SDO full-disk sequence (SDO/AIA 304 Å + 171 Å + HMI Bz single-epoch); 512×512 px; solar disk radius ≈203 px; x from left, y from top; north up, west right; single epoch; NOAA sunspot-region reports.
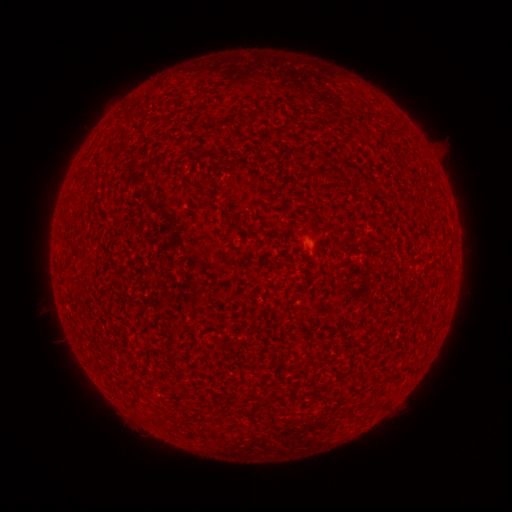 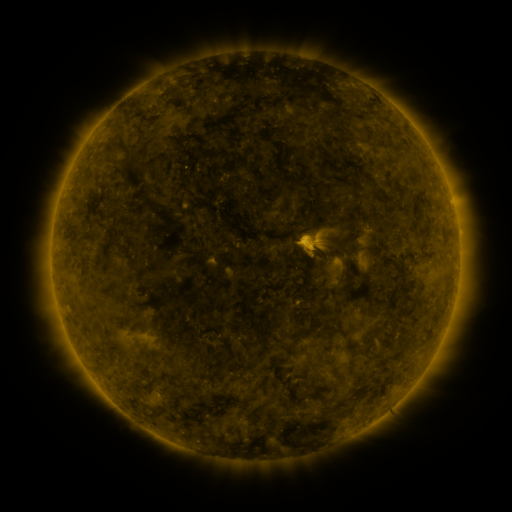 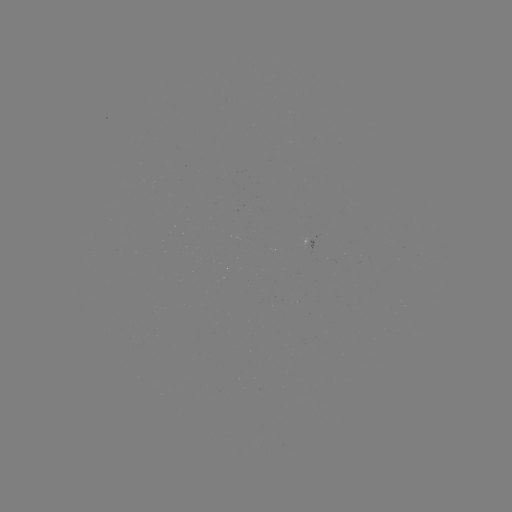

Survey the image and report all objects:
spotted active region: (315, 239)
